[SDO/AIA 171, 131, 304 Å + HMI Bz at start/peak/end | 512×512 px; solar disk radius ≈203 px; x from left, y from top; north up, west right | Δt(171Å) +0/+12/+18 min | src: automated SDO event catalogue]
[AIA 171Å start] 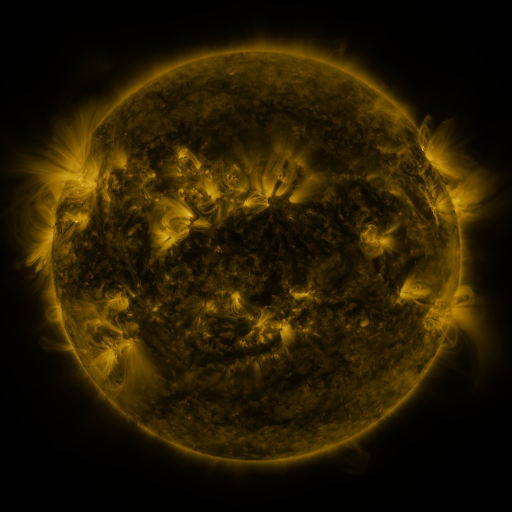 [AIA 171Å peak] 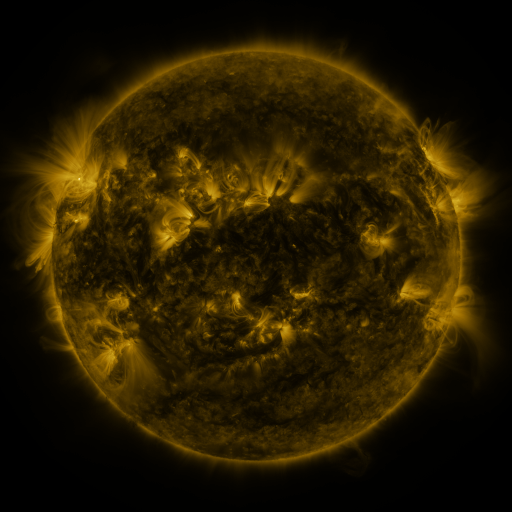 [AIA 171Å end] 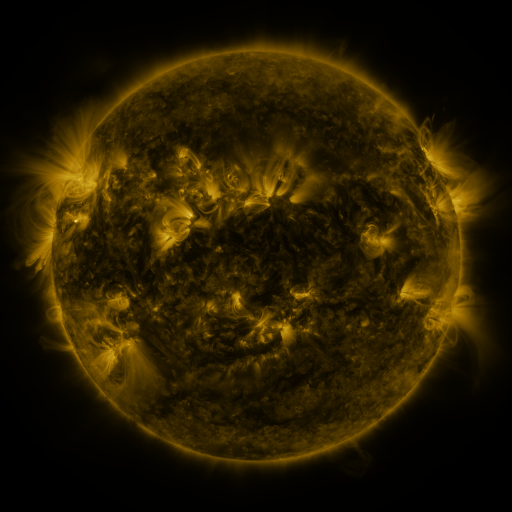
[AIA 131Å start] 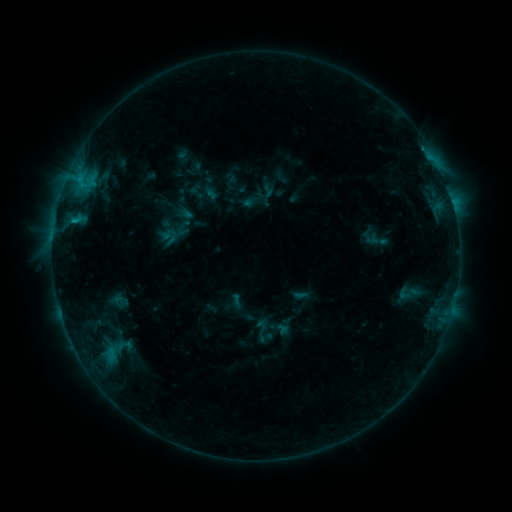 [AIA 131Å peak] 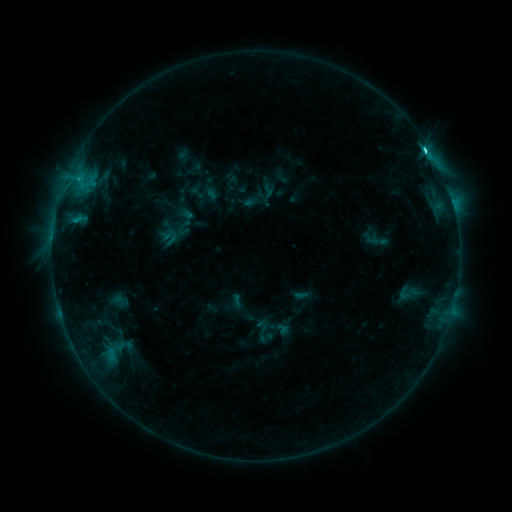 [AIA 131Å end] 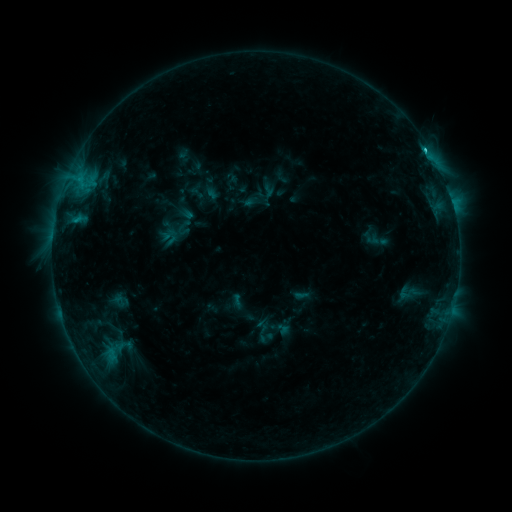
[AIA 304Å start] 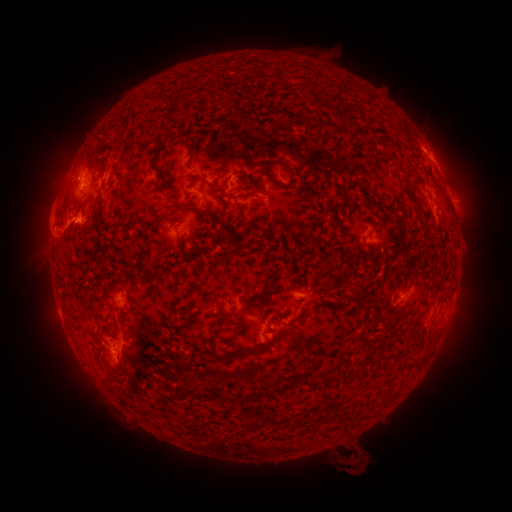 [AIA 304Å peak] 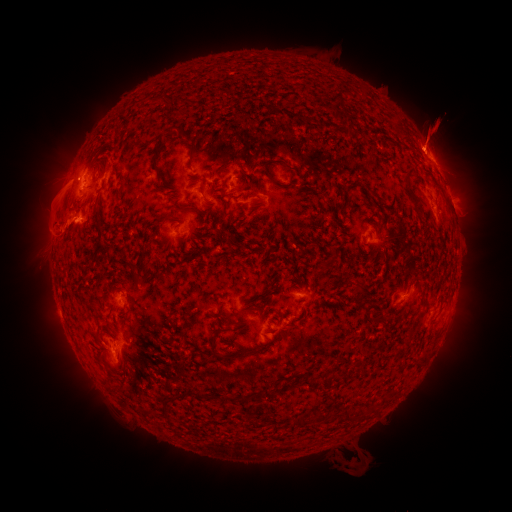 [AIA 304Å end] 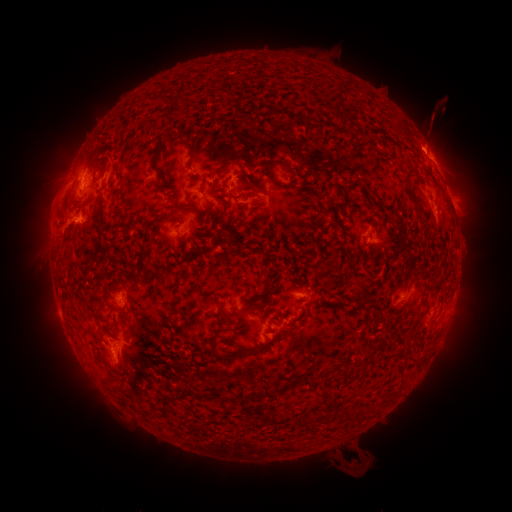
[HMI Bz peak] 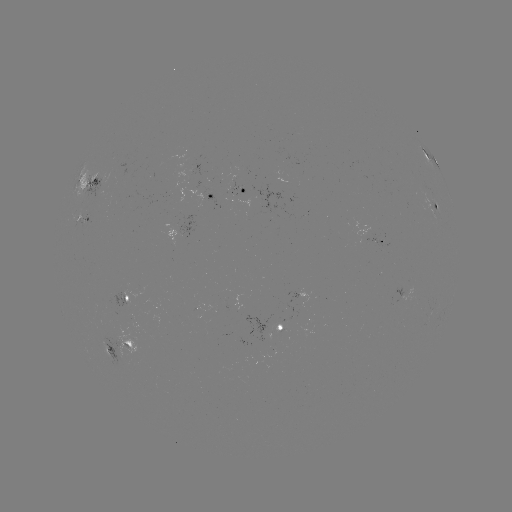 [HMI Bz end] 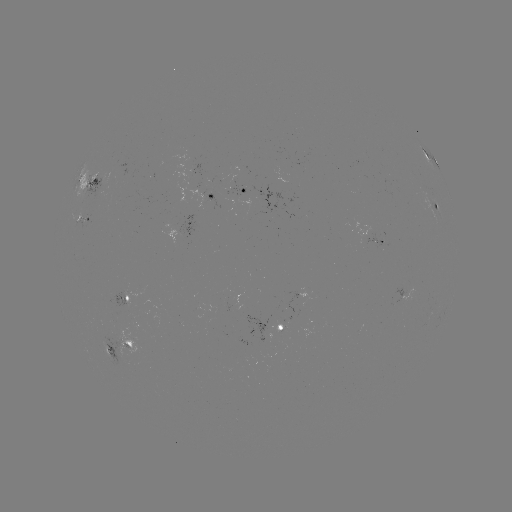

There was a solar flare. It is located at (425, 151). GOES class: C3.1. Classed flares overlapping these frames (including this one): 2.